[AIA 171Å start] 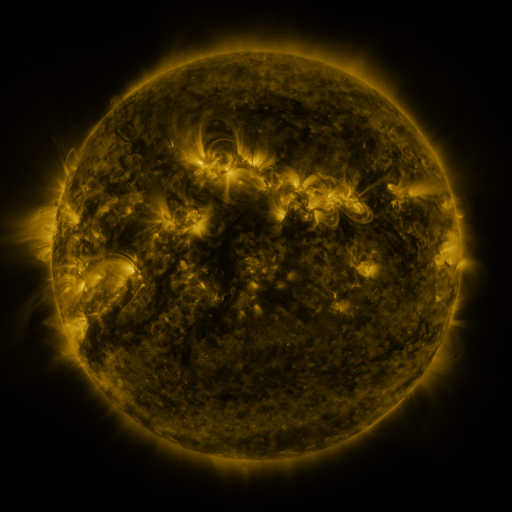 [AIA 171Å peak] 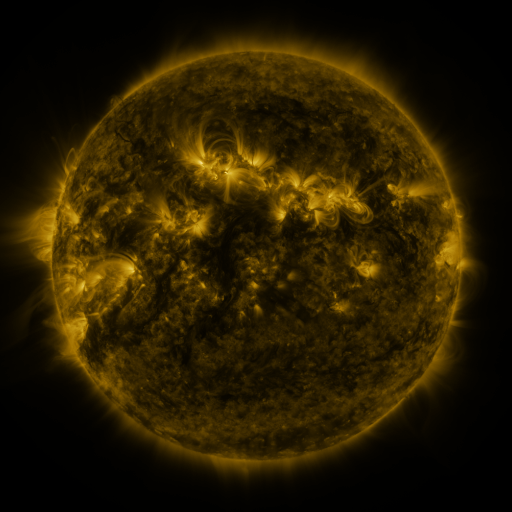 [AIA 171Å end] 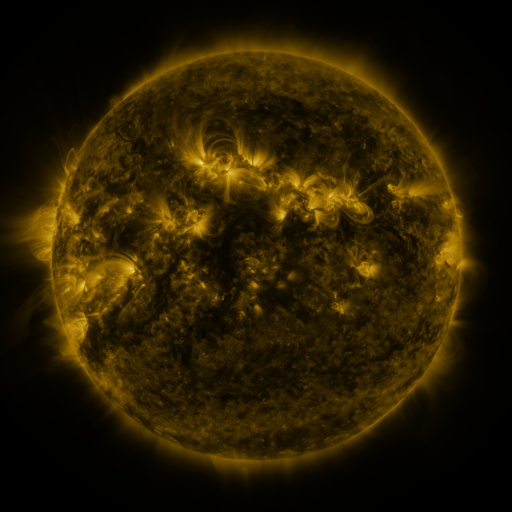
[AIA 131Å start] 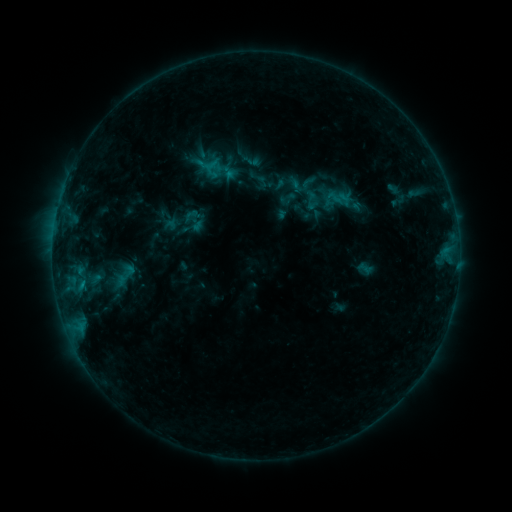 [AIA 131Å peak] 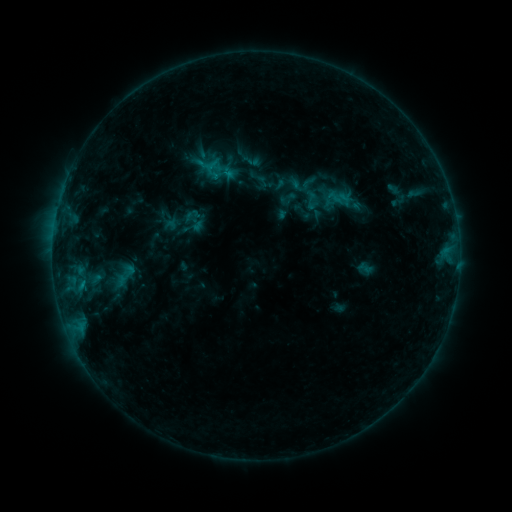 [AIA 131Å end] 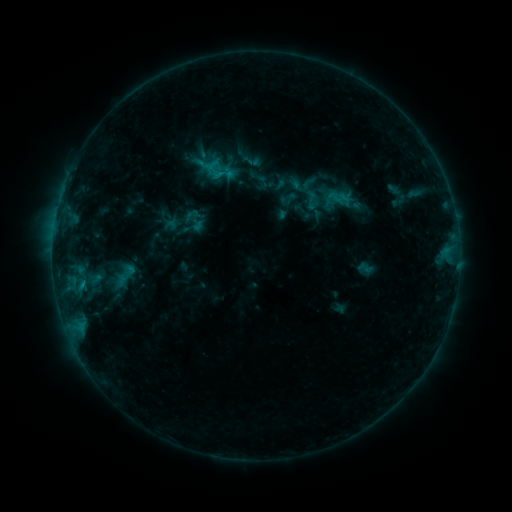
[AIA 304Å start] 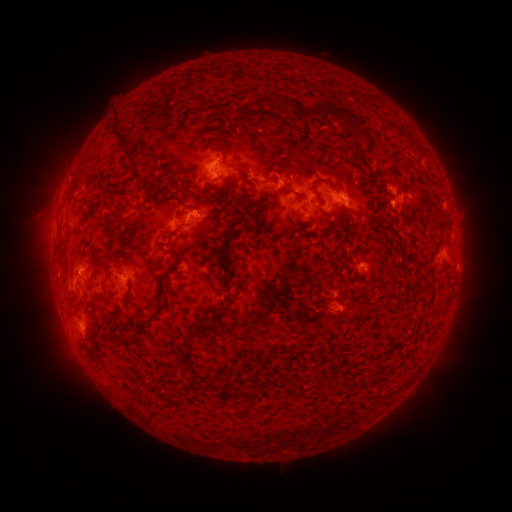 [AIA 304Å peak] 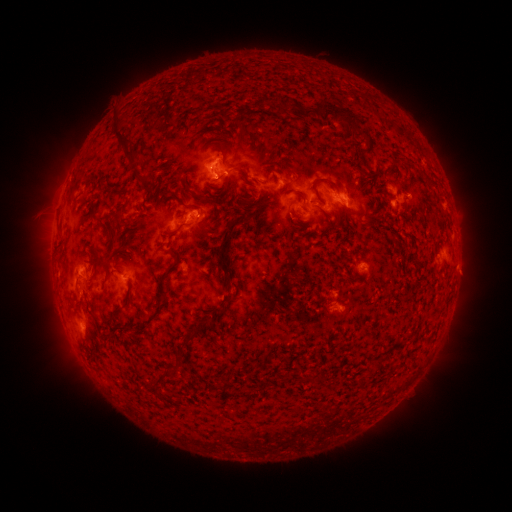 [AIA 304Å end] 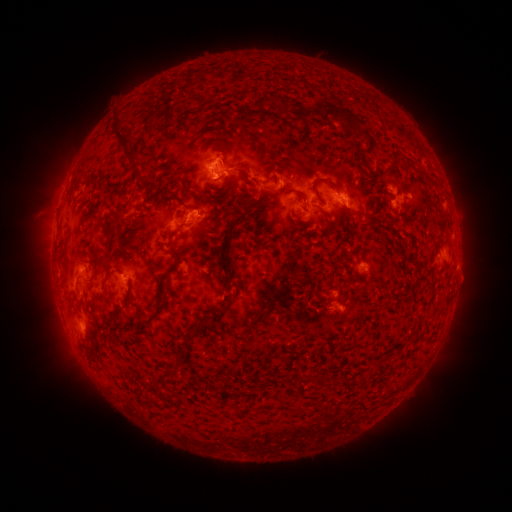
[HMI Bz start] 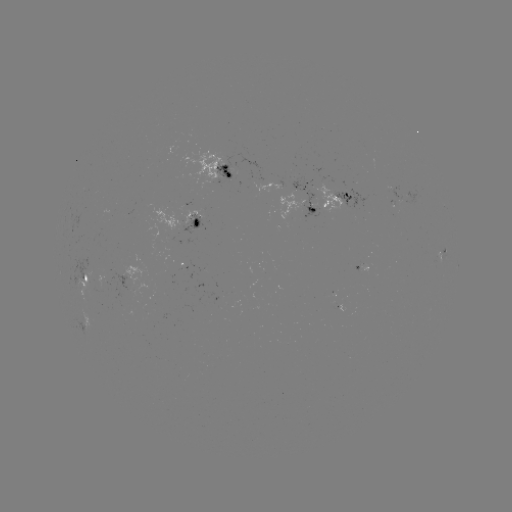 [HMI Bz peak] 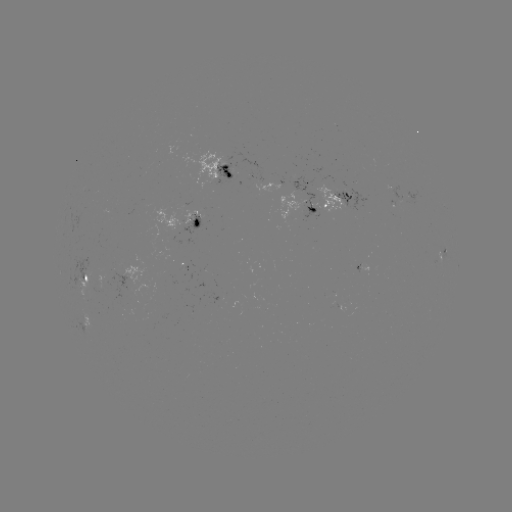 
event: flare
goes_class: B8.2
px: (218, 178)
